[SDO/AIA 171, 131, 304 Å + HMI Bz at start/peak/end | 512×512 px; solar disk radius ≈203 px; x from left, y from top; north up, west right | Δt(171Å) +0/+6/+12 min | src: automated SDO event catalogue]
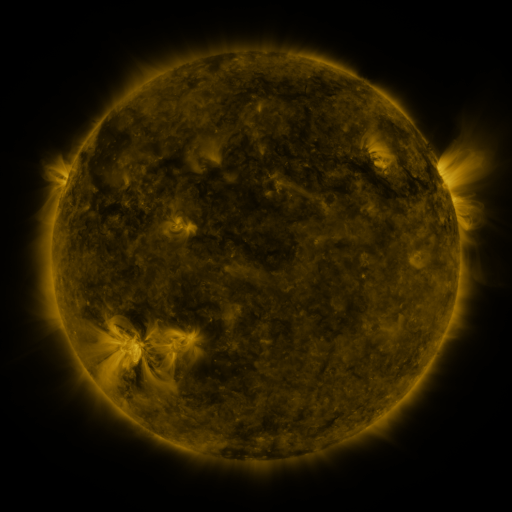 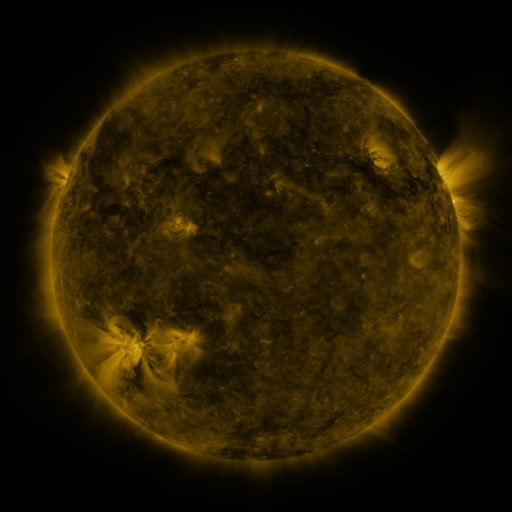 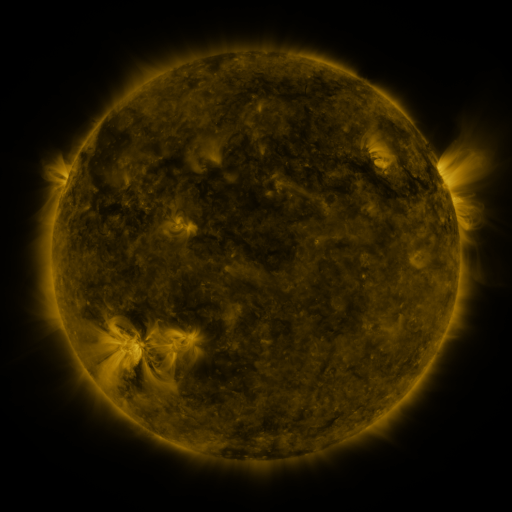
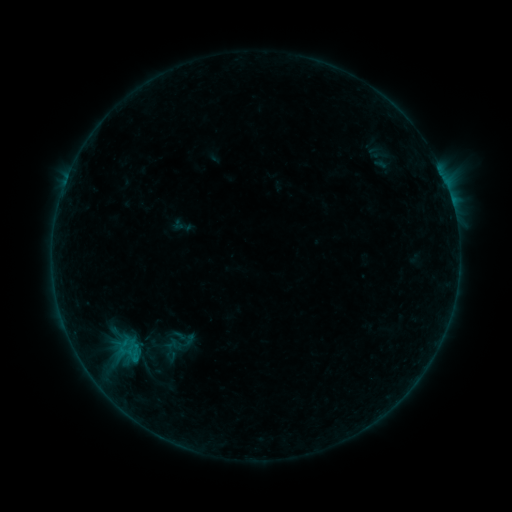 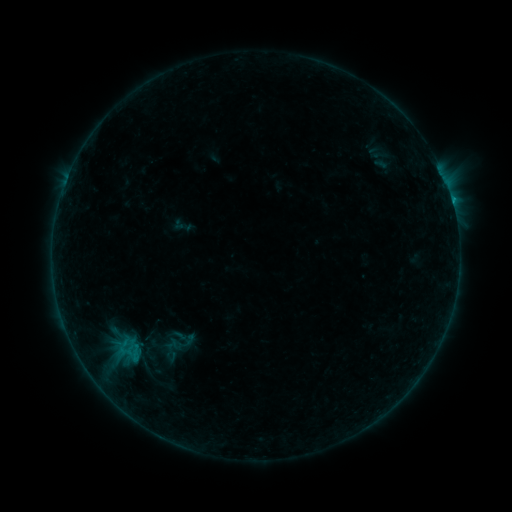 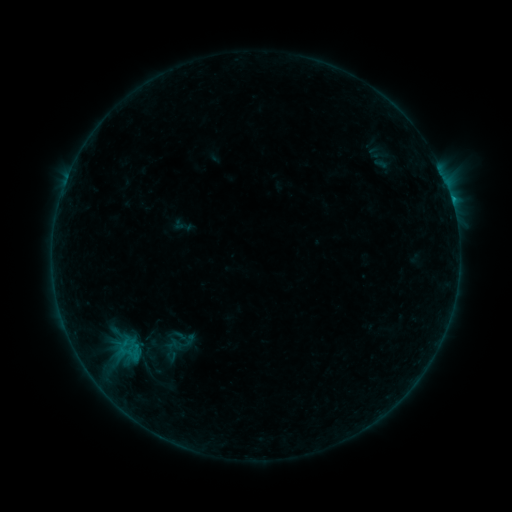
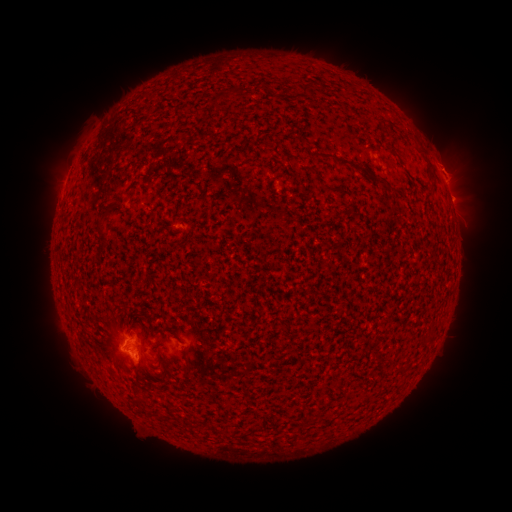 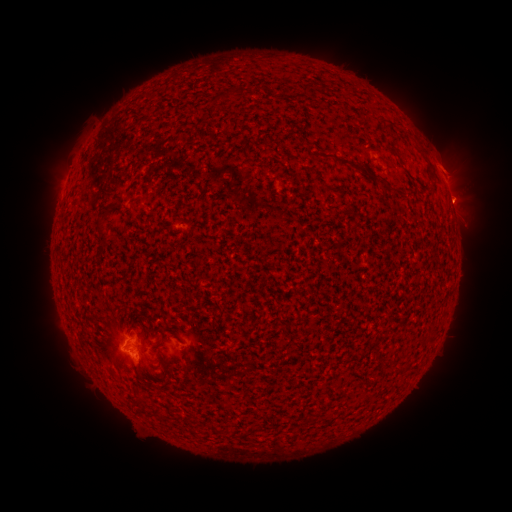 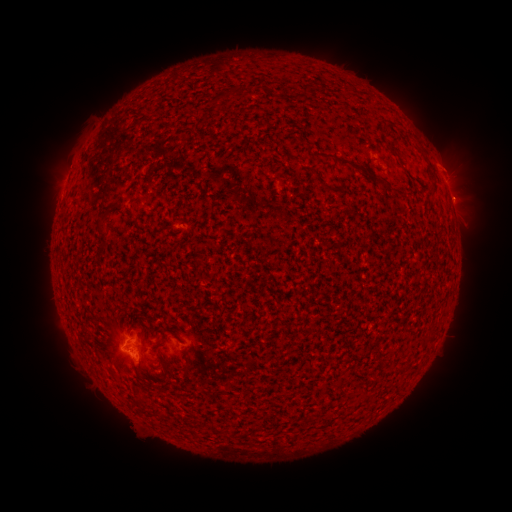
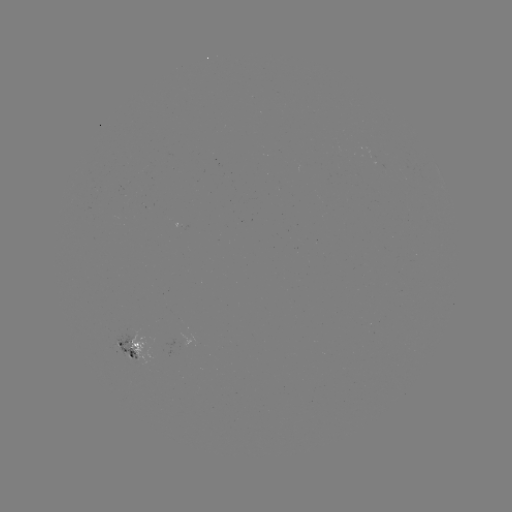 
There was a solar flare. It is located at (140, 369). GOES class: B3.7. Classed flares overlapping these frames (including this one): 1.